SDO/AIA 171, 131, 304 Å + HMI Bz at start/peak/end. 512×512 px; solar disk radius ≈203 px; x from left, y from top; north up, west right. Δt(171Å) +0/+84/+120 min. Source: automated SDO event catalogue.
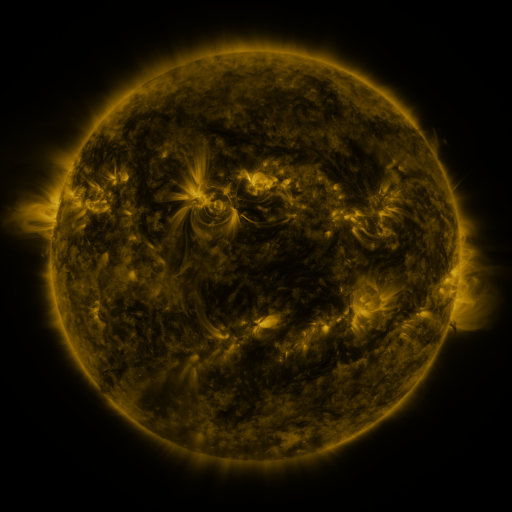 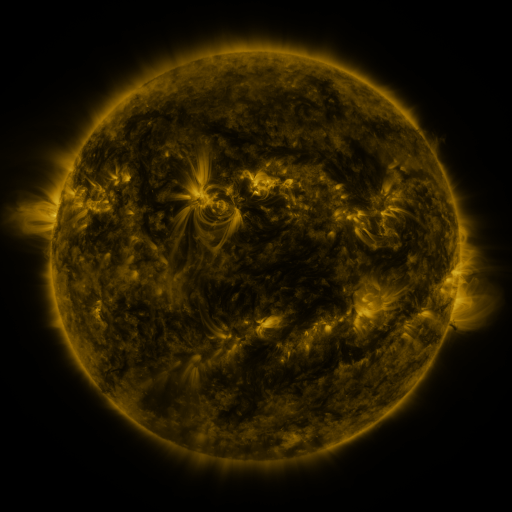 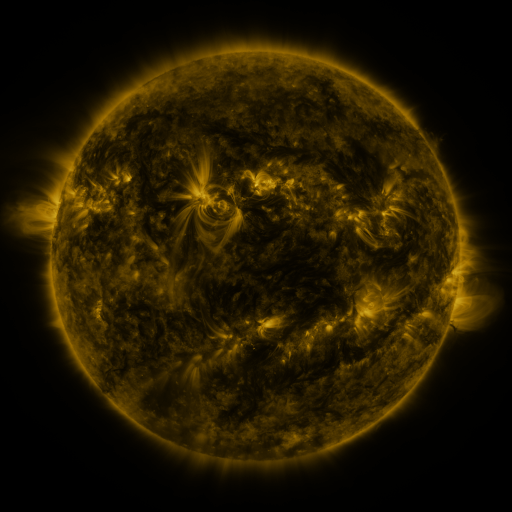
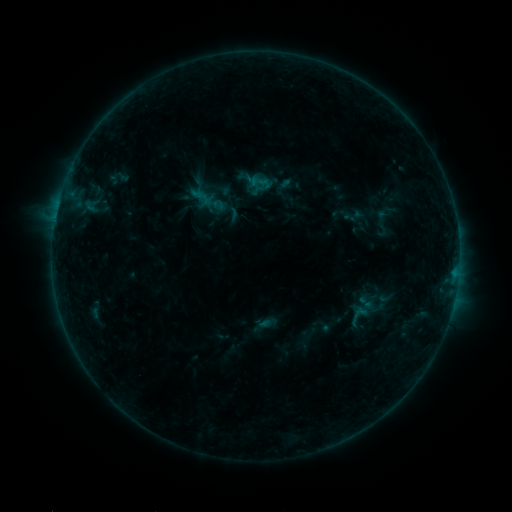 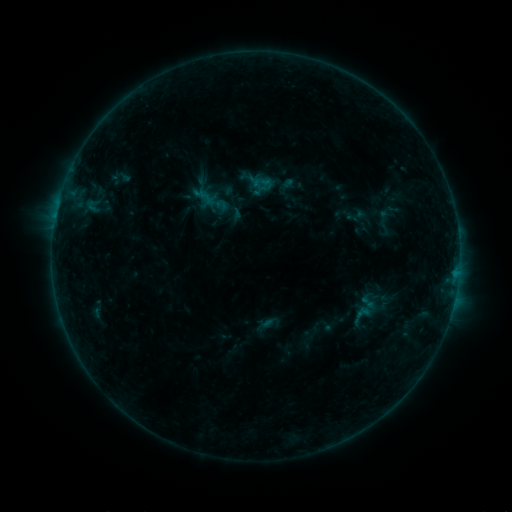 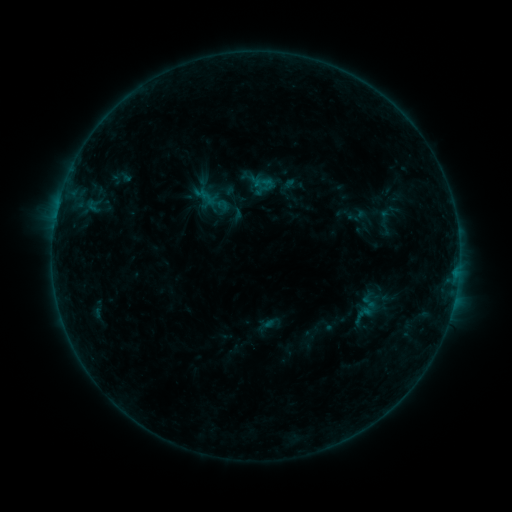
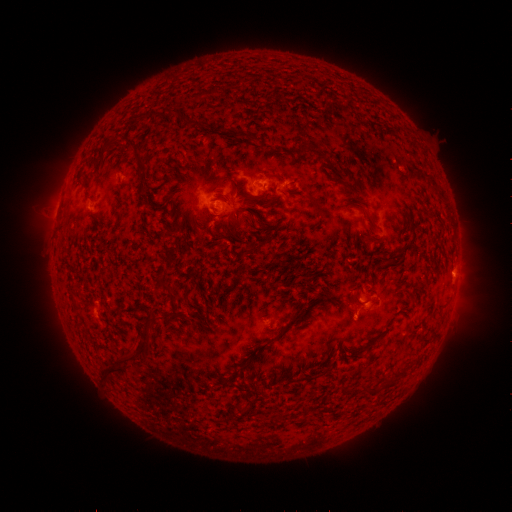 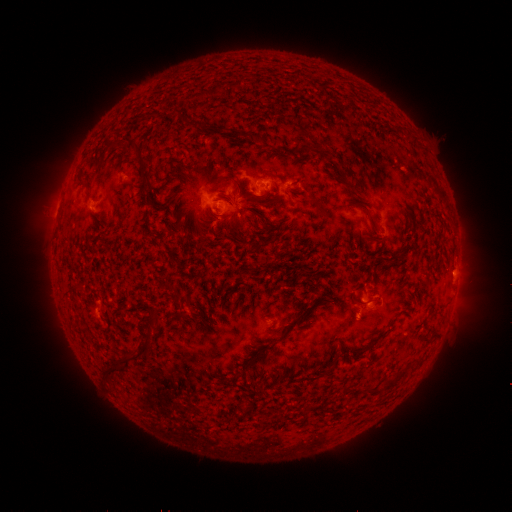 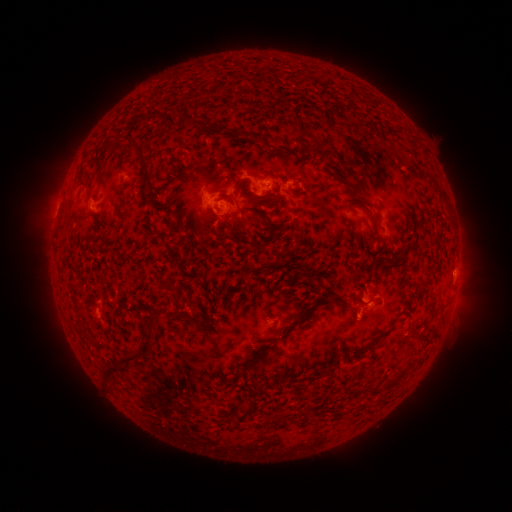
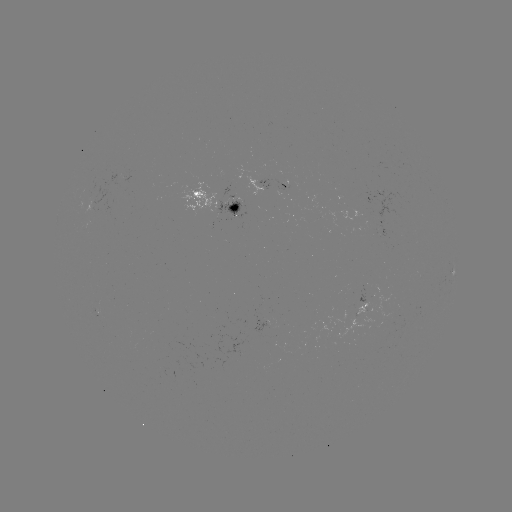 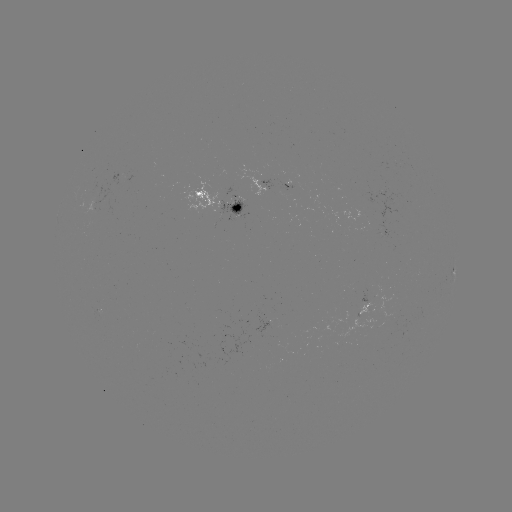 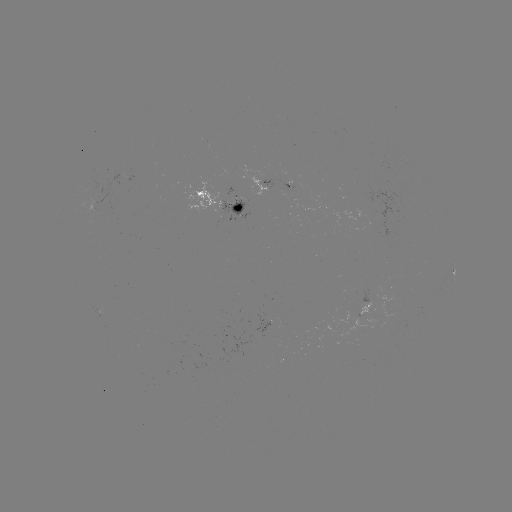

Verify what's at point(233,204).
emerging-flux region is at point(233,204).